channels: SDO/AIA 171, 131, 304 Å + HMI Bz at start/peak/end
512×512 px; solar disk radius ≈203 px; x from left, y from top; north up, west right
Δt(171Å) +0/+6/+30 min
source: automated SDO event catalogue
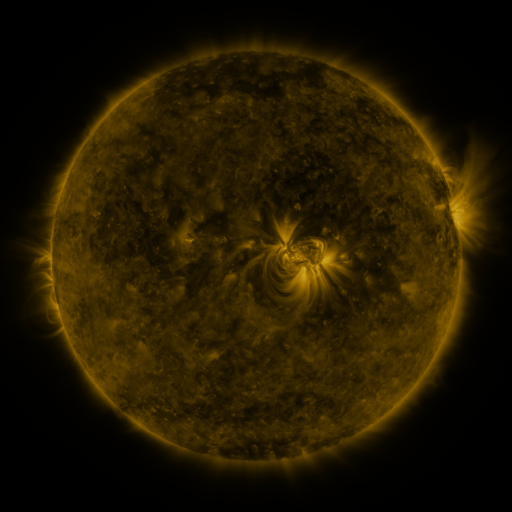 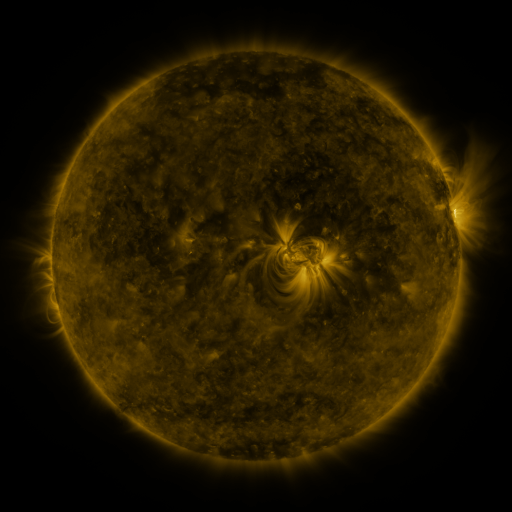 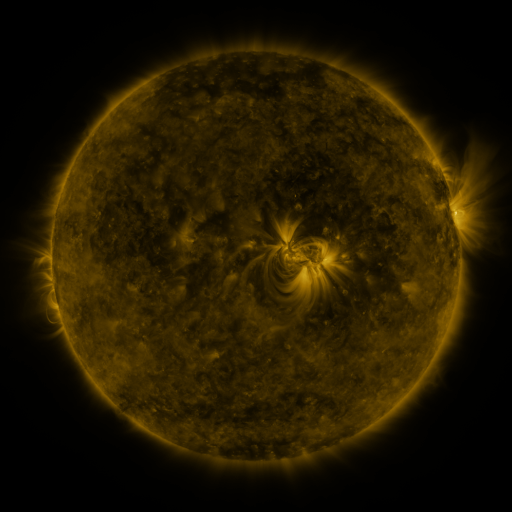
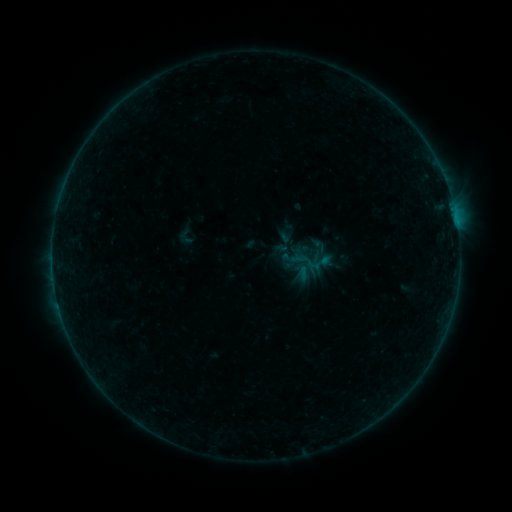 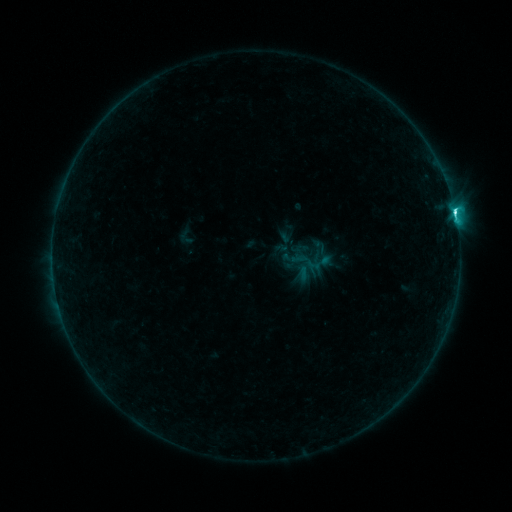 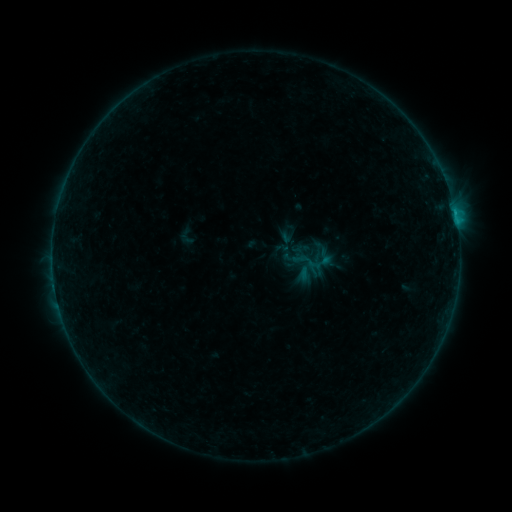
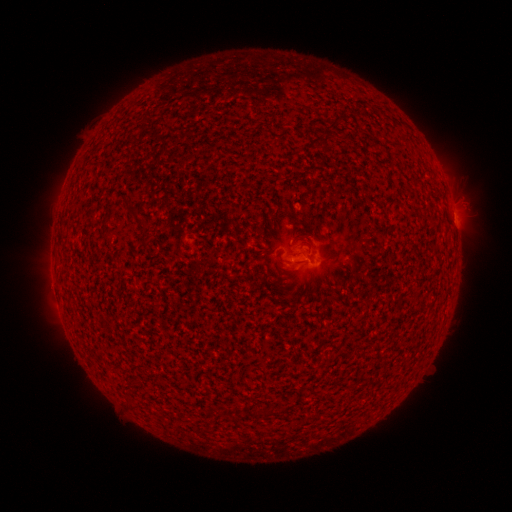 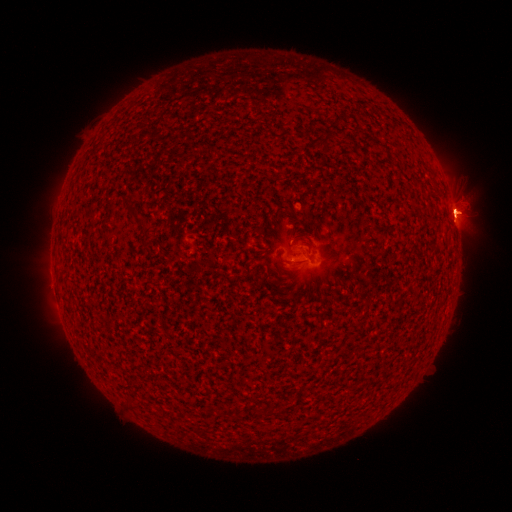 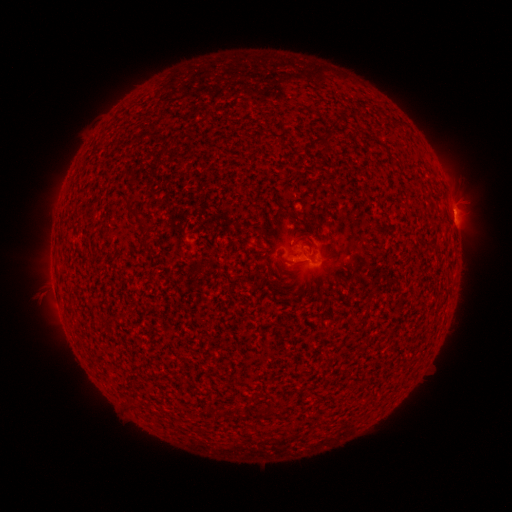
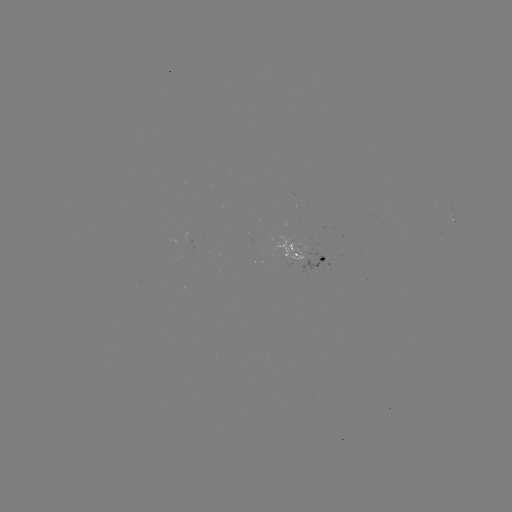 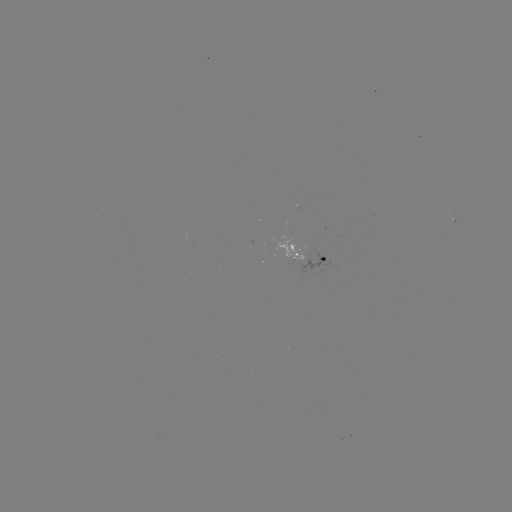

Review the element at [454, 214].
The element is C6.3 flare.